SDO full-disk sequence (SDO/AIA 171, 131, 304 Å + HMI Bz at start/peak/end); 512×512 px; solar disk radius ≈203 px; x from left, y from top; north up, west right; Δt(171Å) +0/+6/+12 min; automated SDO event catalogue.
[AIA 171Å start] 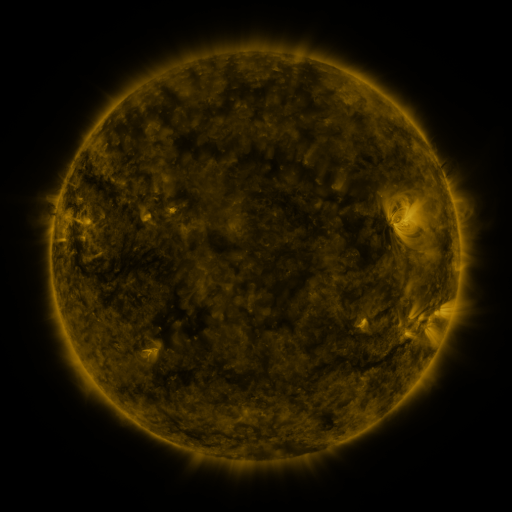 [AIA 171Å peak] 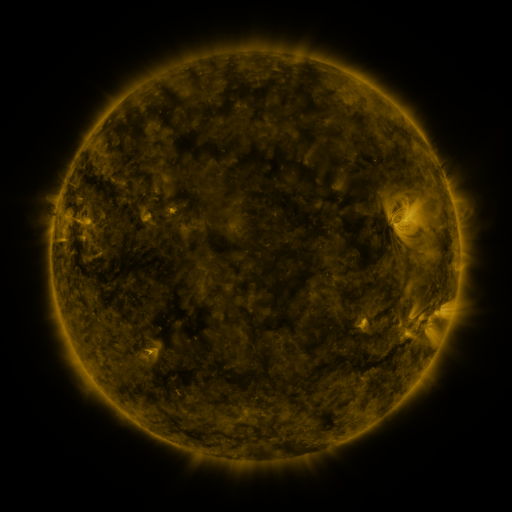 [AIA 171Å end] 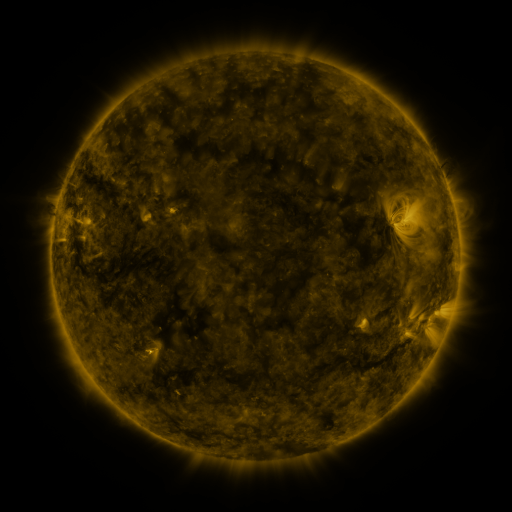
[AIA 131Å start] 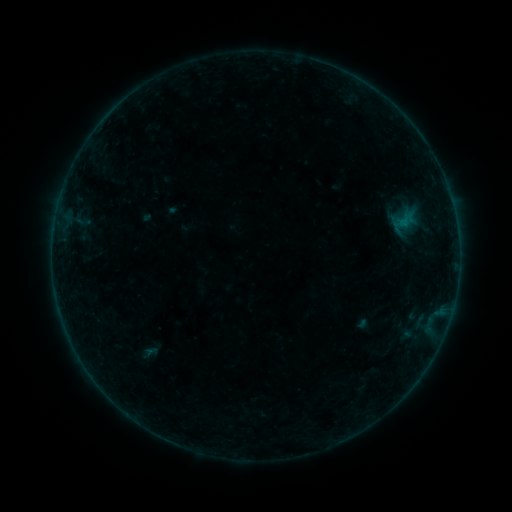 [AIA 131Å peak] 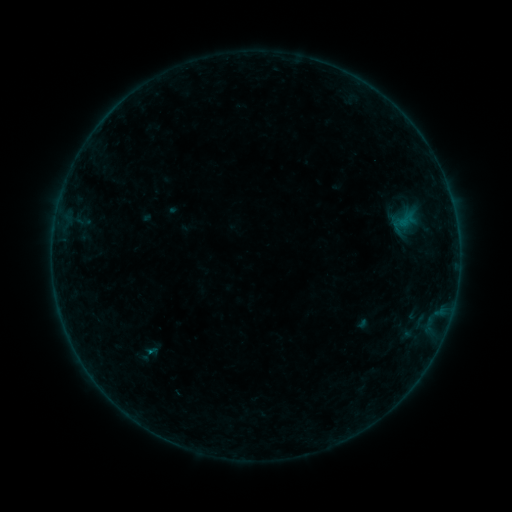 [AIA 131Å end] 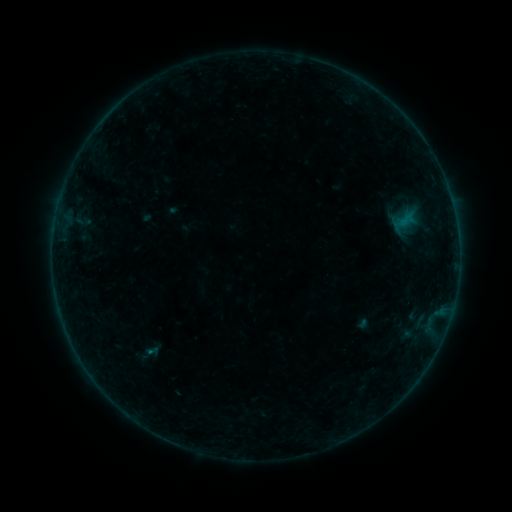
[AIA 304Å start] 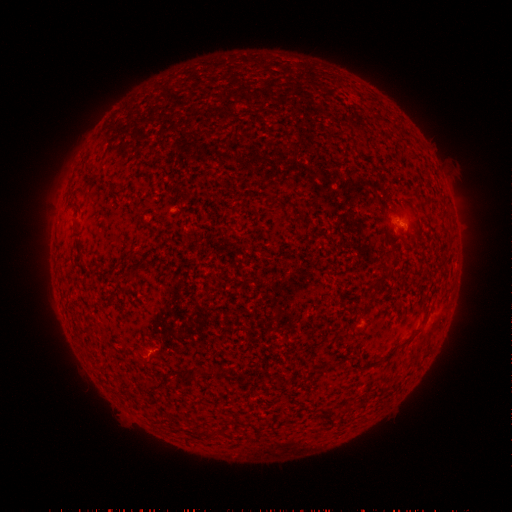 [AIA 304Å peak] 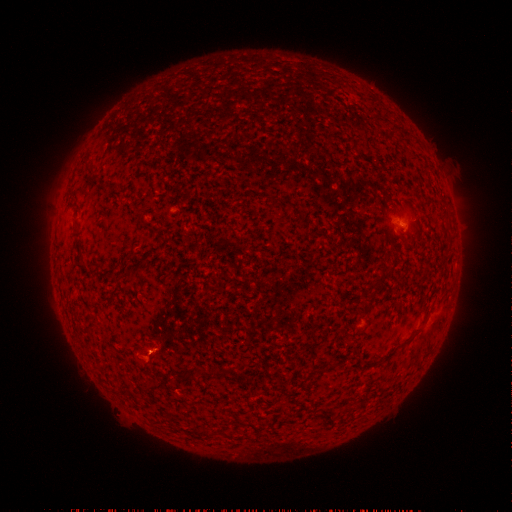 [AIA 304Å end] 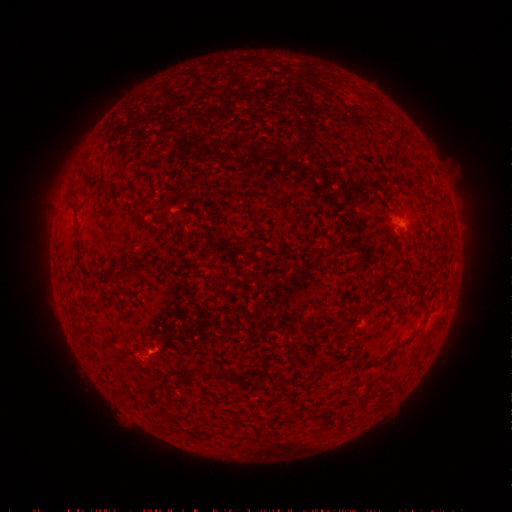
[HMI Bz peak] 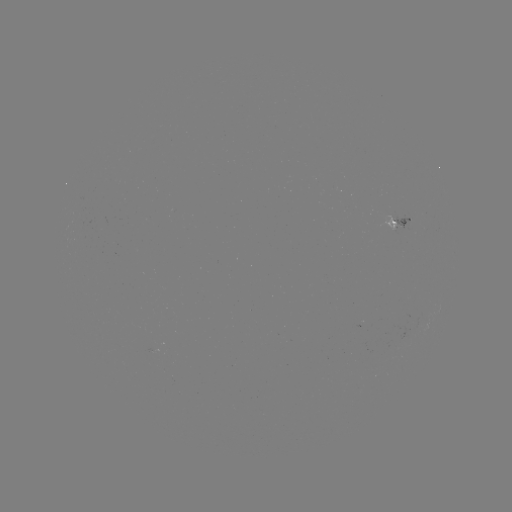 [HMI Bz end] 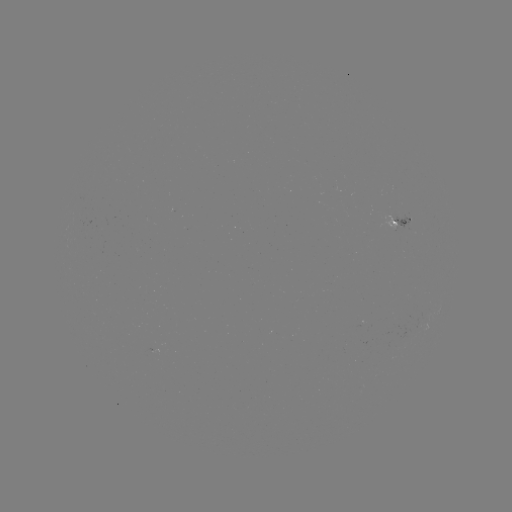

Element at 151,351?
B1.3 flare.